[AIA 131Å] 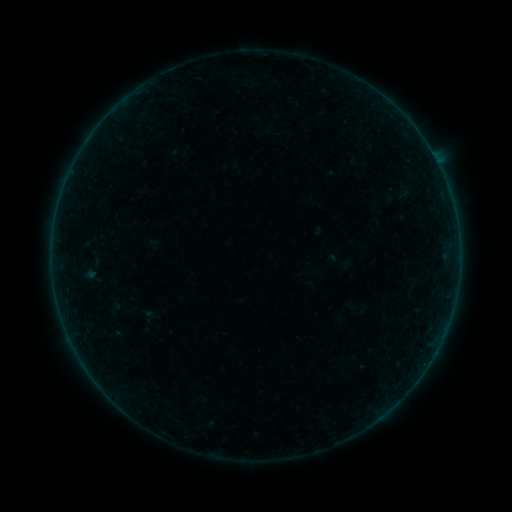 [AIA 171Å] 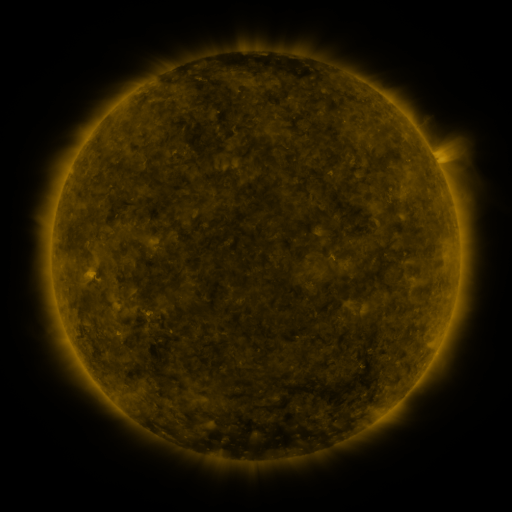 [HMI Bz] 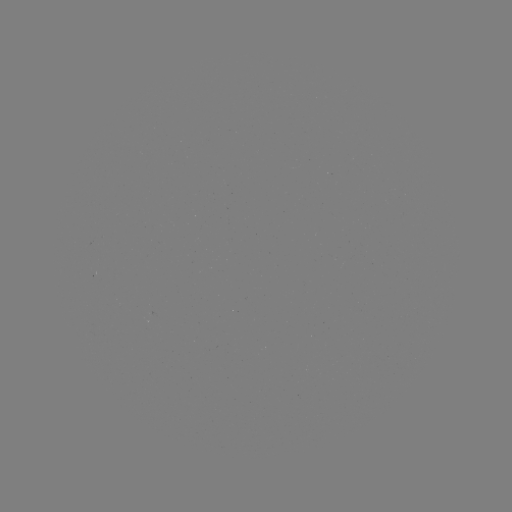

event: sigmoid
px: (147, 320)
